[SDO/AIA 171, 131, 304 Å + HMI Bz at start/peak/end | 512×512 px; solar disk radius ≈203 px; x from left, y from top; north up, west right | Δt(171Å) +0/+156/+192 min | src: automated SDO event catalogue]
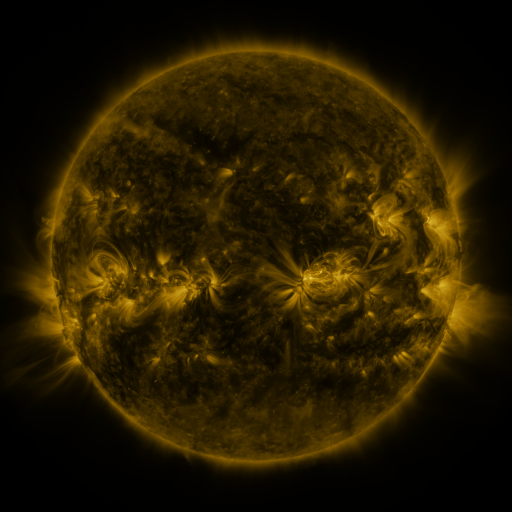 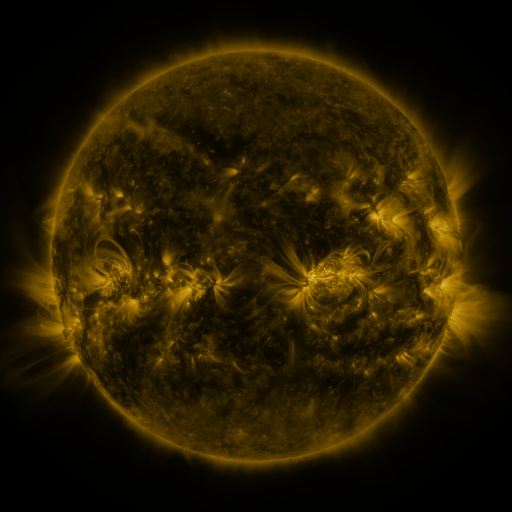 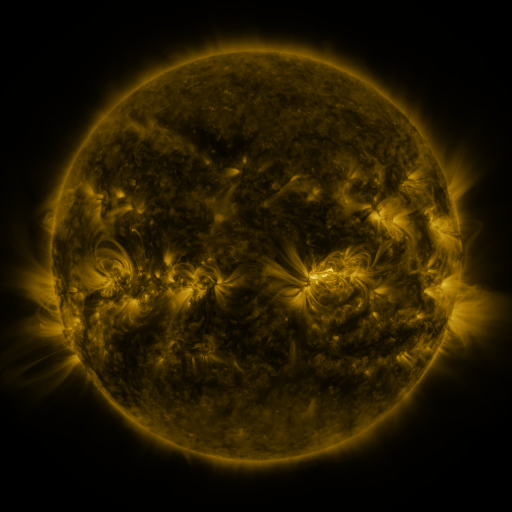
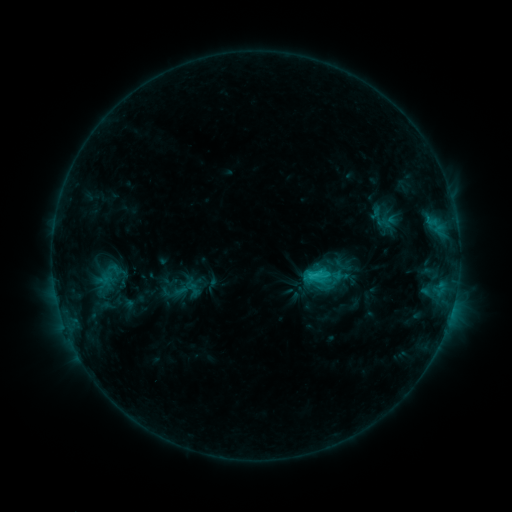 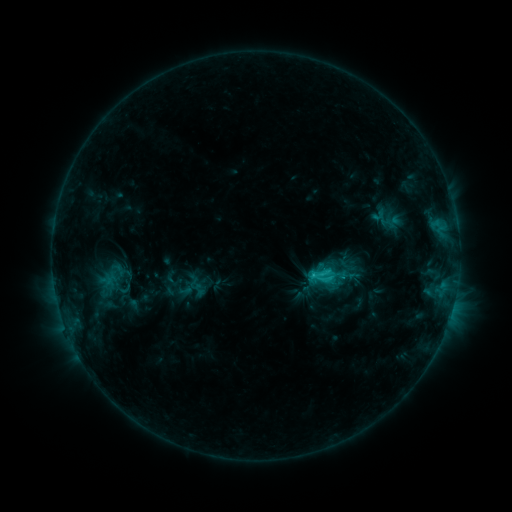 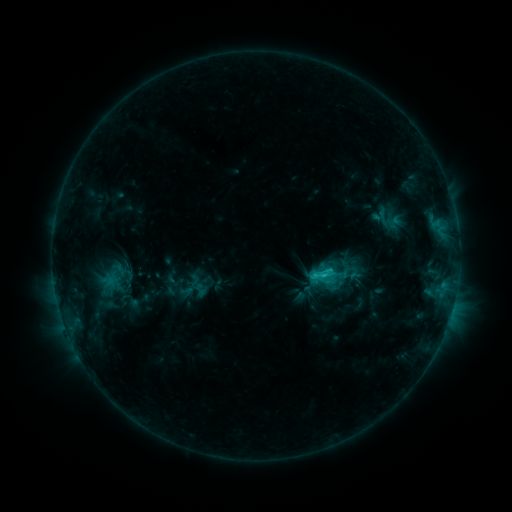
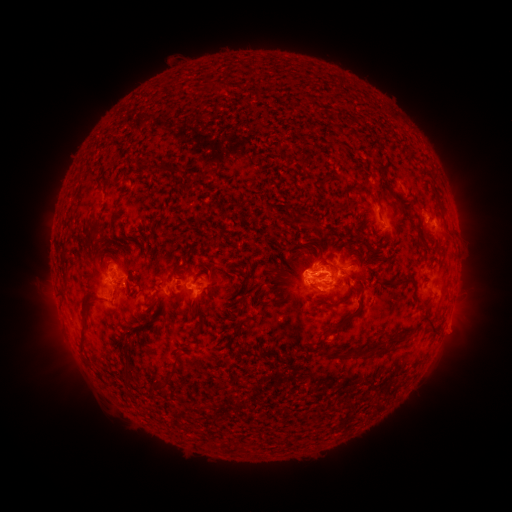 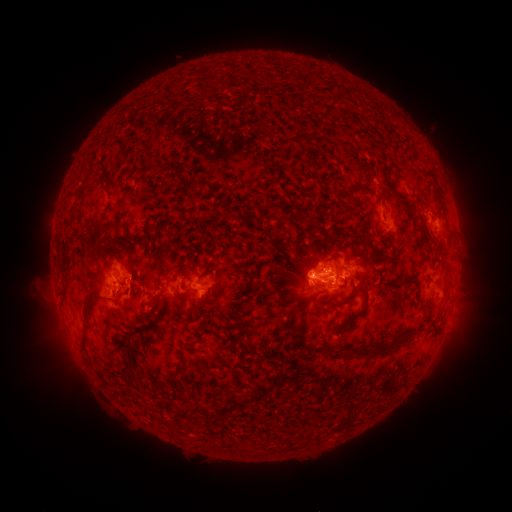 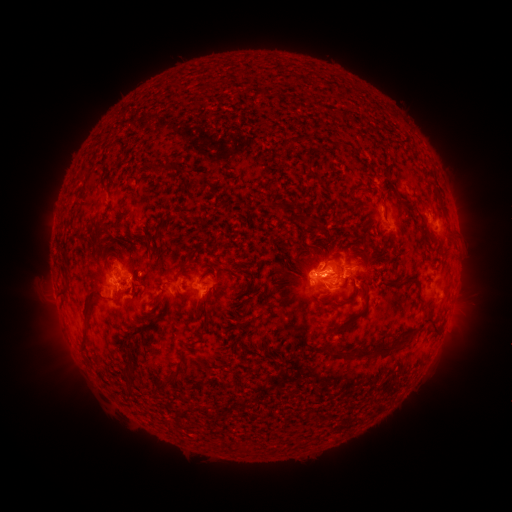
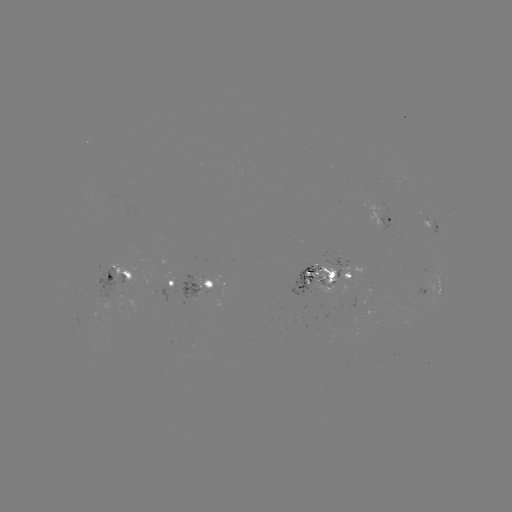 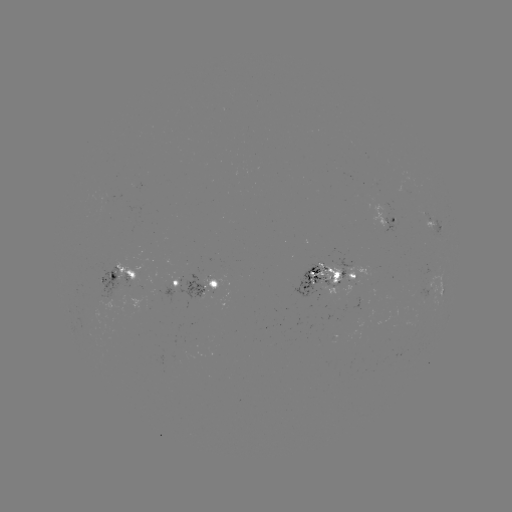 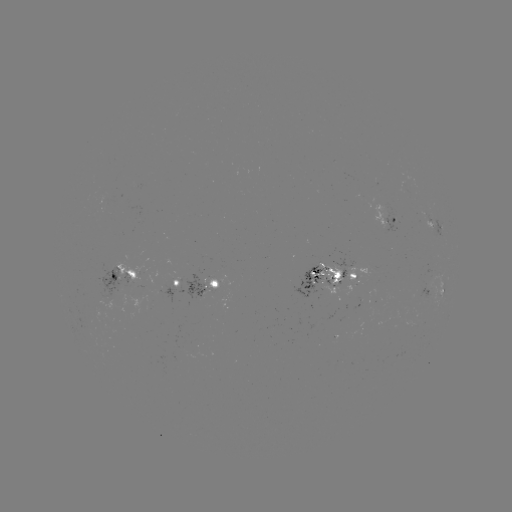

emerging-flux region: [202, 276, 232, 289]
